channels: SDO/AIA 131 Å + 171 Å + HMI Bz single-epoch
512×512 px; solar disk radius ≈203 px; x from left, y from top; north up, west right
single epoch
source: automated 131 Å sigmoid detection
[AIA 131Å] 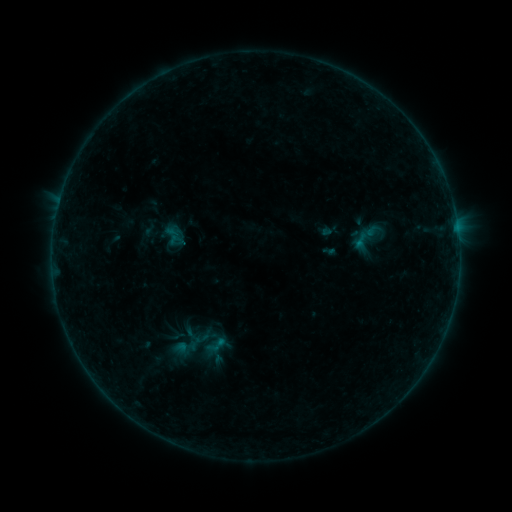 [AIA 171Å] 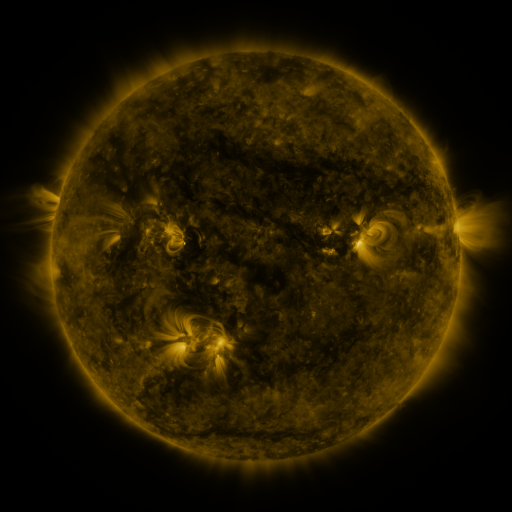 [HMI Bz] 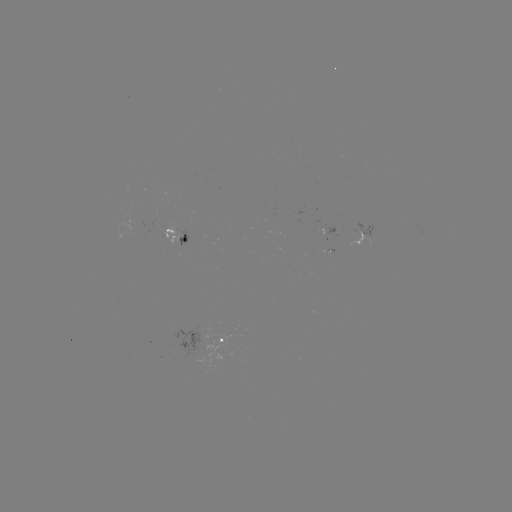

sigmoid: (202, 333, 229, 358)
